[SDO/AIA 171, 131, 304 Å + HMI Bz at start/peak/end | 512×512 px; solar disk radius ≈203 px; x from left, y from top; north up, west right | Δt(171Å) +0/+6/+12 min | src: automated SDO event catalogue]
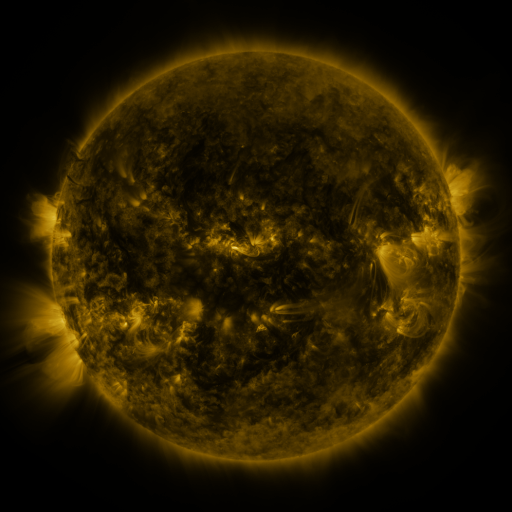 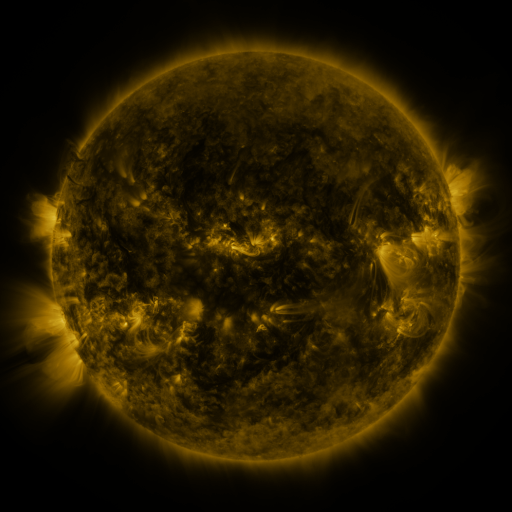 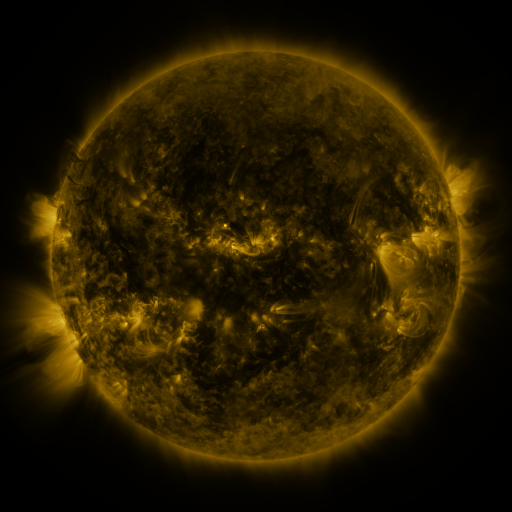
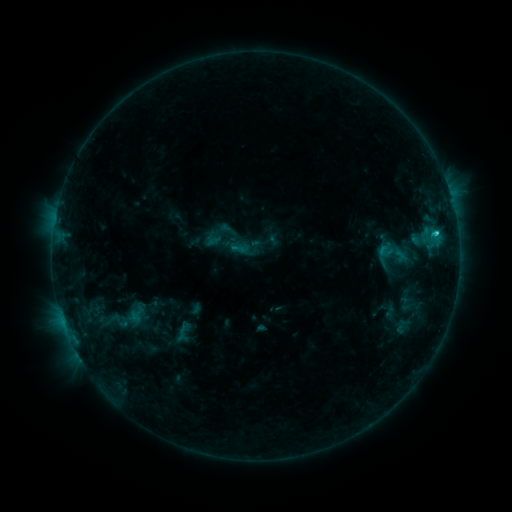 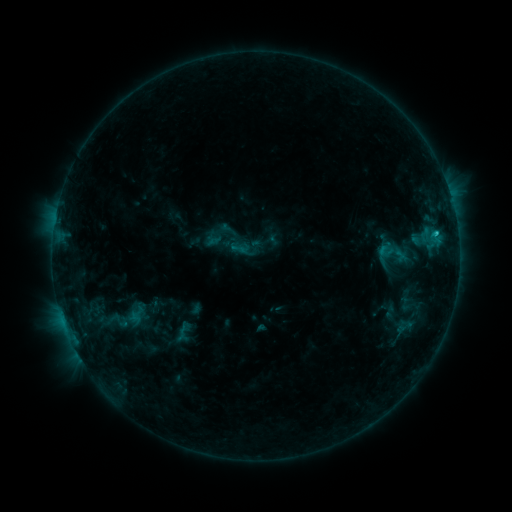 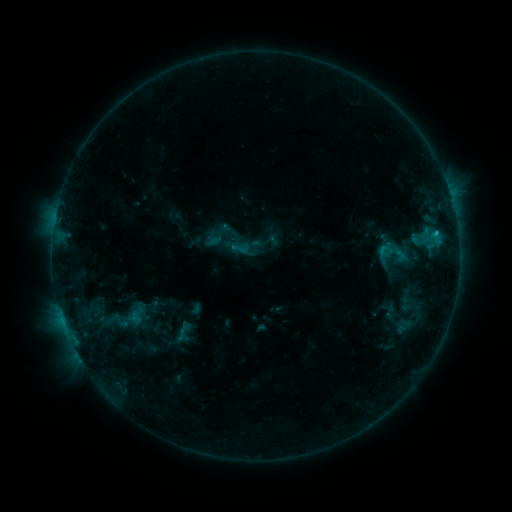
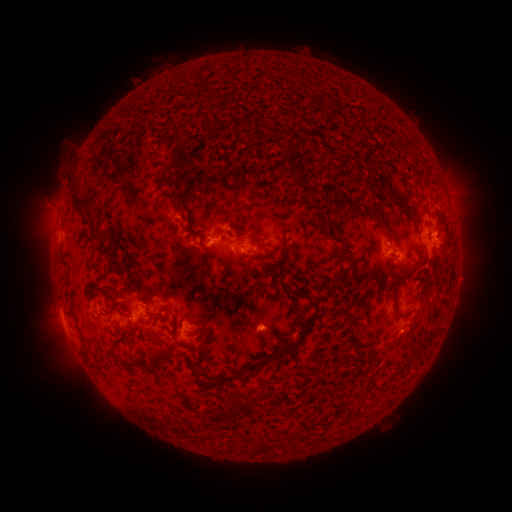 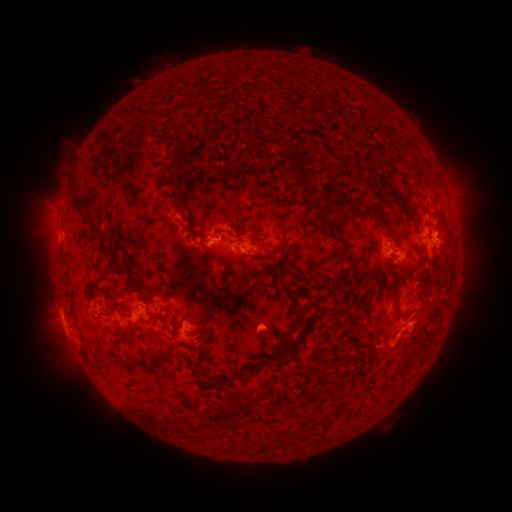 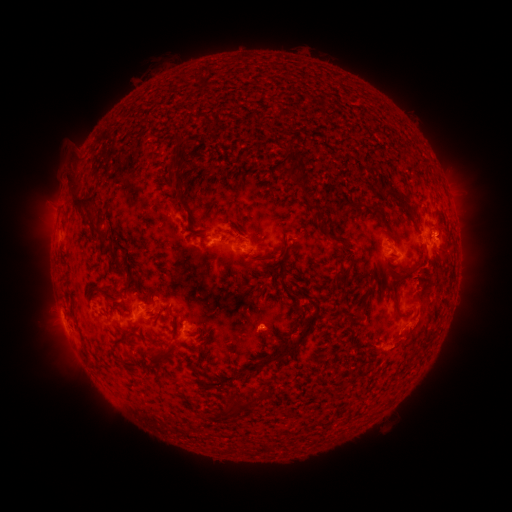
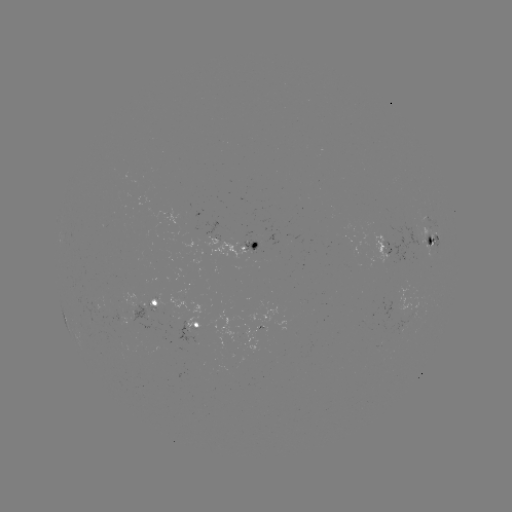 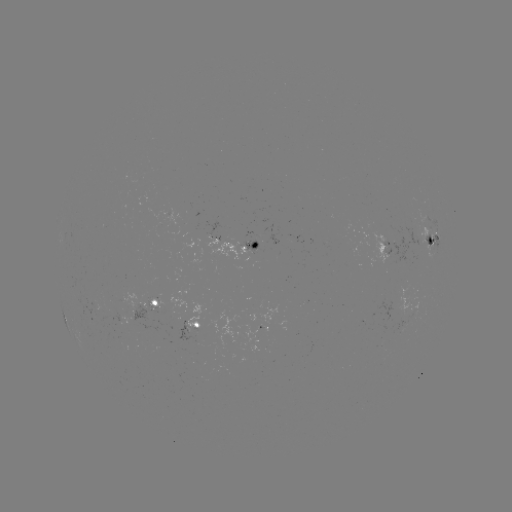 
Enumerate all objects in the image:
eruption: (400, 344)
